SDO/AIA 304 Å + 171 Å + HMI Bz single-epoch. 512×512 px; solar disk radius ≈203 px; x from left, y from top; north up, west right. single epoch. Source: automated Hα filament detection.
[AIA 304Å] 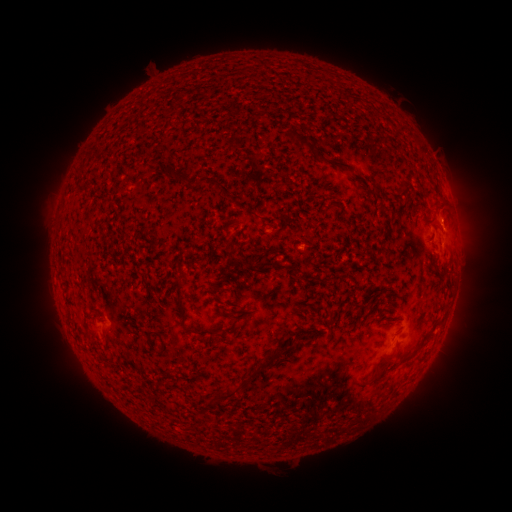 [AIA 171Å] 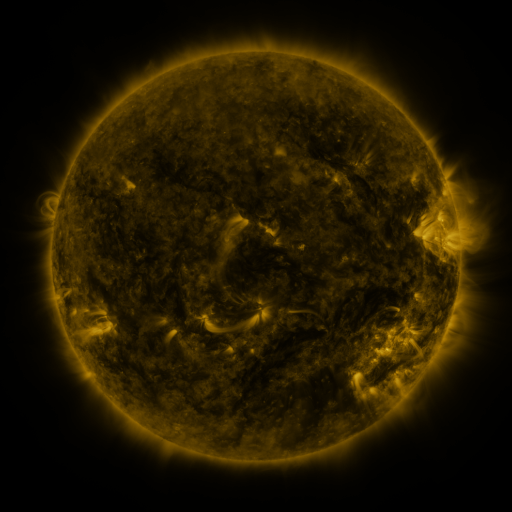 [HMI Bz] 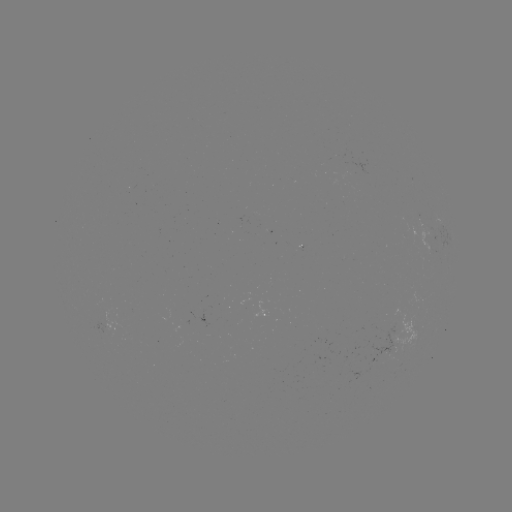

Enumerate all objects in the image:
filament: (282, 126, 353, 171)
filament: (164, 170, 173, 178)
filament: (190, 174, 233, 202)
filament: (367, 179, 383, 201)
filament: (400, 181, 410, 196)
filament: (436, 195, 447, 208)
filament: (419, 202, 427, 212)
filament: (244, 206, 256, 217)
filament: (226, 219, 237, 230)
filament: (262, 260, 282, 269)
filament: (288, 263, 297, 275)
filament: (439, 263, 449, 273)
filament: (176, 278, 187, 306)
filament: (230, 307, 247, 316)
filament: (327, 307, 334, 320)
filament: (183, 321, 194, 333)
filament: (101, 329, 108, 343)
filament: (147, 330, 168, 350)
filament: (250, 347, 285, 379)
filament: (376, 348, 398, 372)
filament: (206, 386, 240, 408)
